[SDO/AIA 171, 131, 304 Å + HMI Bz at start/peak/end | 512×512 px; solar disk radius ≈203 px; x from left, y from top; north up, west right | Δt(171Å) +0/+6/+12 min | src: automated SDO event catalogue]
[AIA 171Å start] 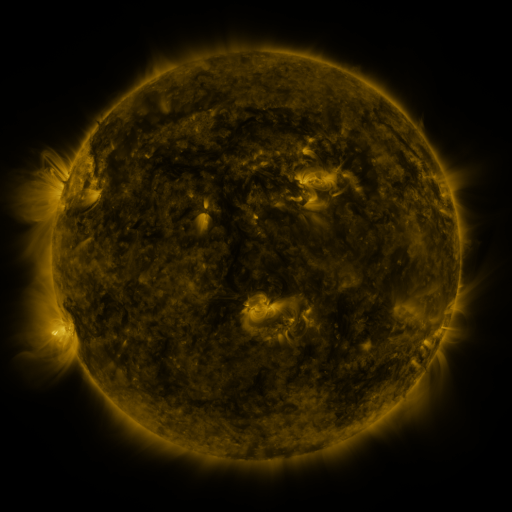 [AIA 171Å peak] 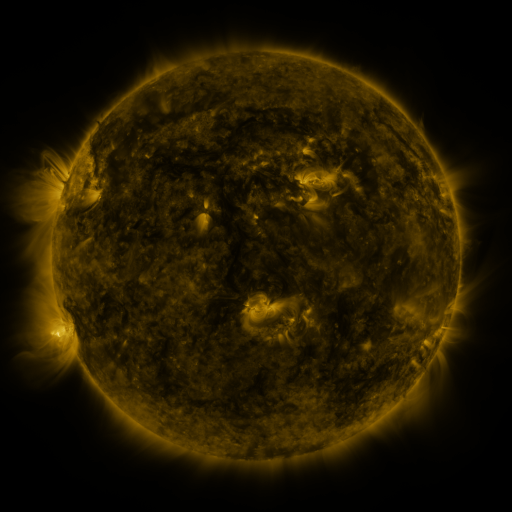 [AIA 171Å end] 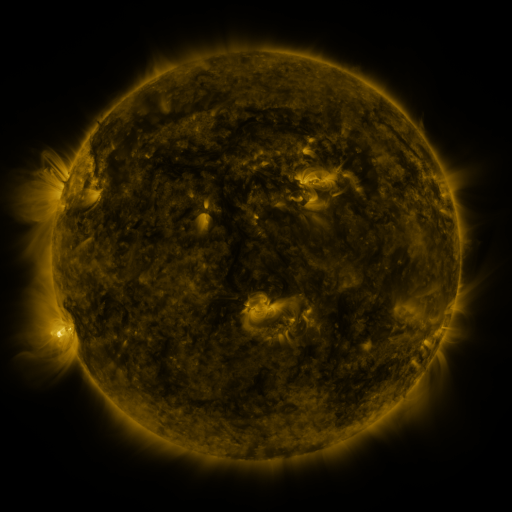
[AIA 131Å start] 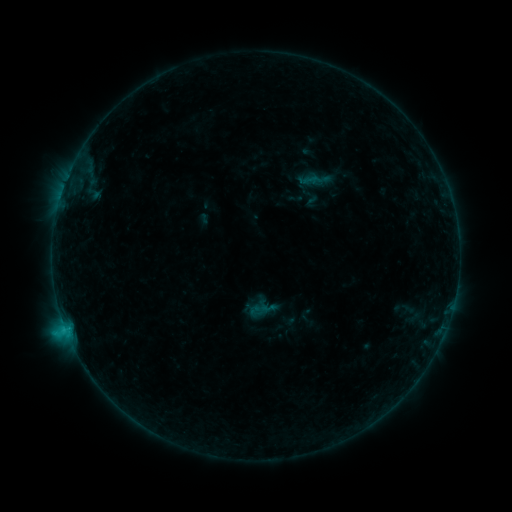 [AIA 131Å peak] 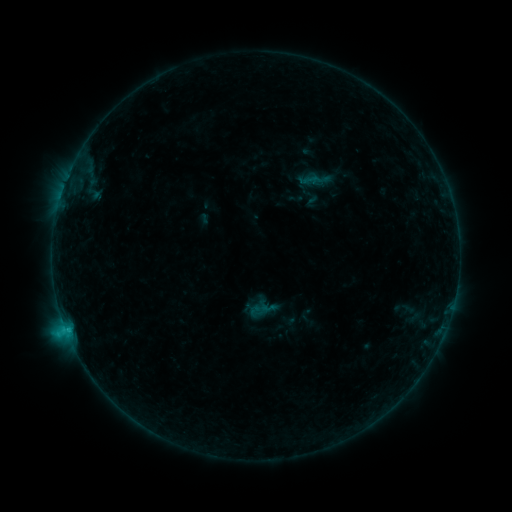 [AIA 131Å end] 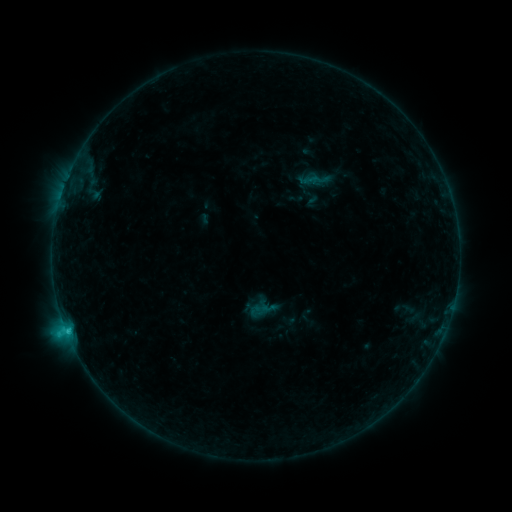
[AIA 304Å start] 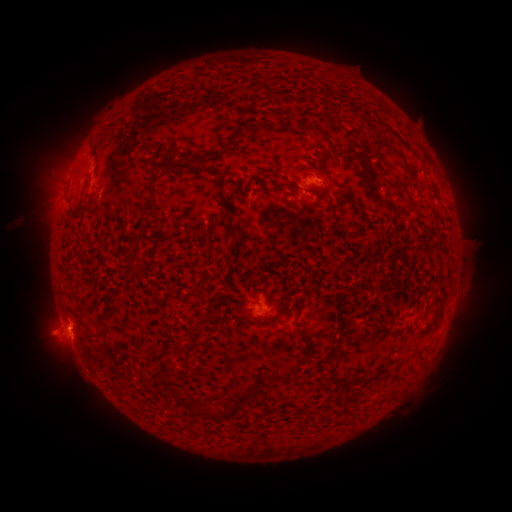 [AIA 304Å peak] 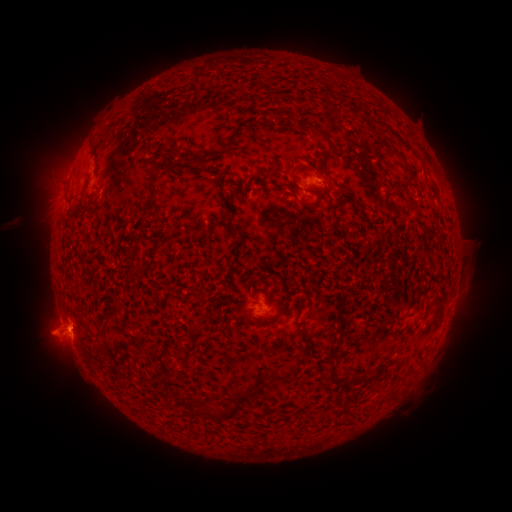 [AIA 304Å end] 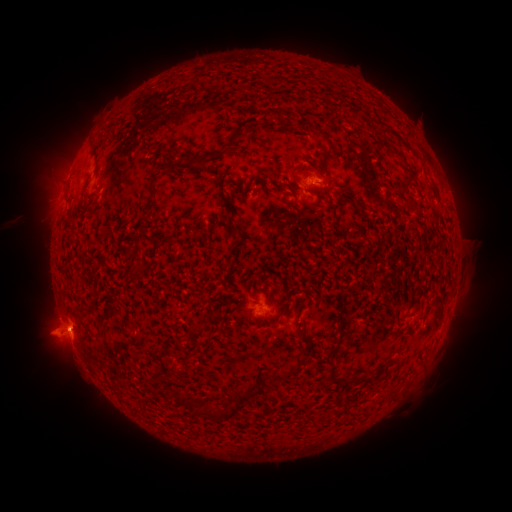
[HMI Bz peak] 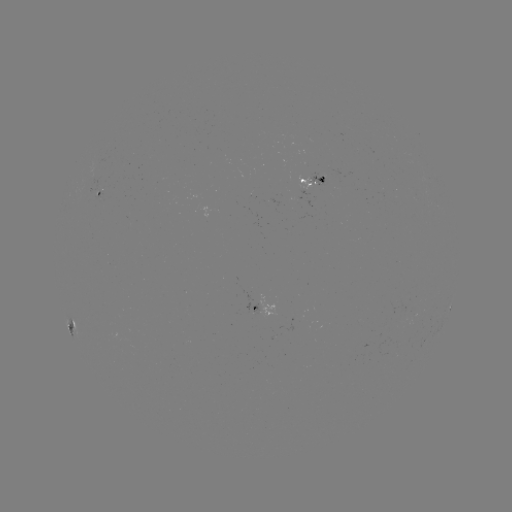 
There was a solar flare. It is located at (66, 328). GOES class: C1.7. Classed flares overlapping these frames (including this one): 1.